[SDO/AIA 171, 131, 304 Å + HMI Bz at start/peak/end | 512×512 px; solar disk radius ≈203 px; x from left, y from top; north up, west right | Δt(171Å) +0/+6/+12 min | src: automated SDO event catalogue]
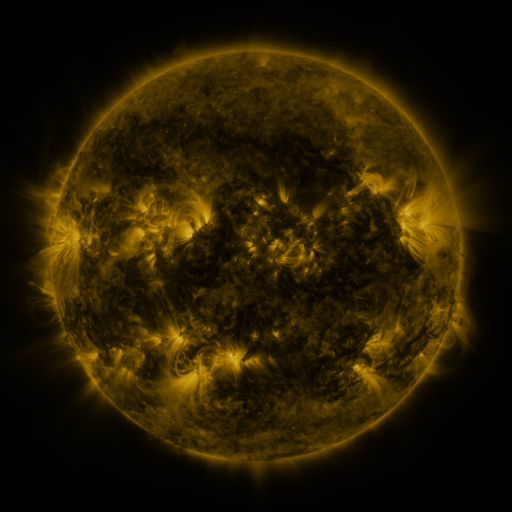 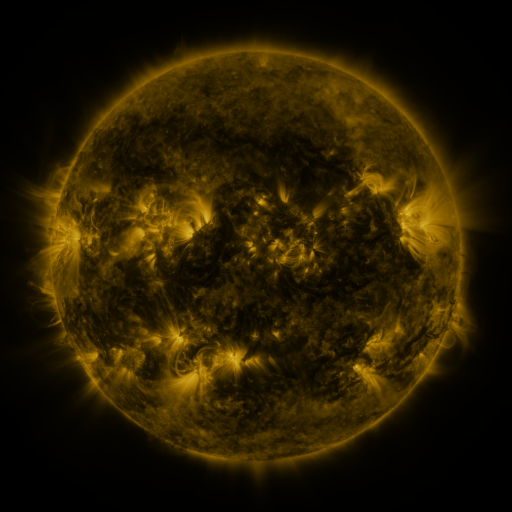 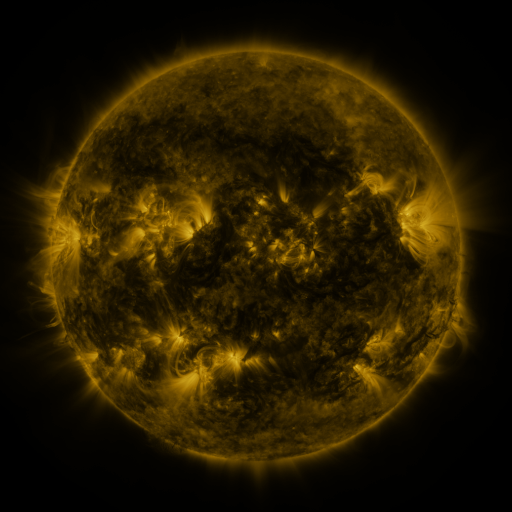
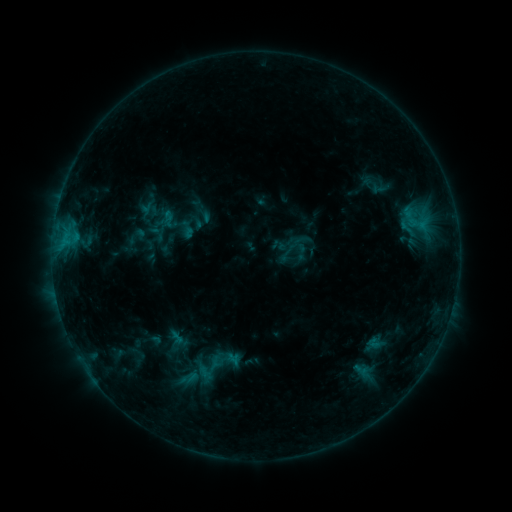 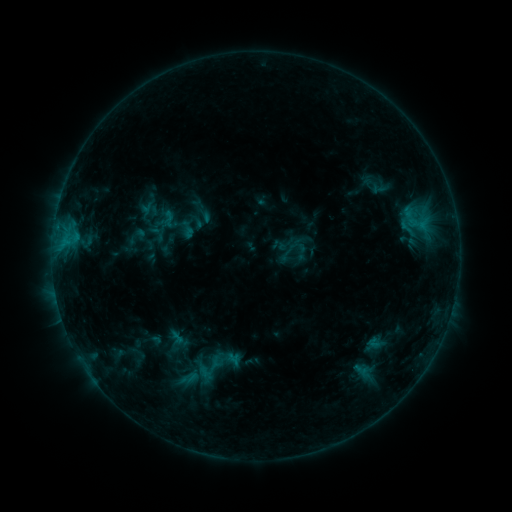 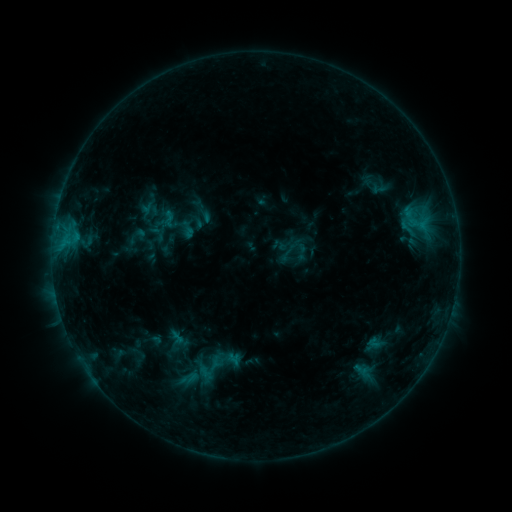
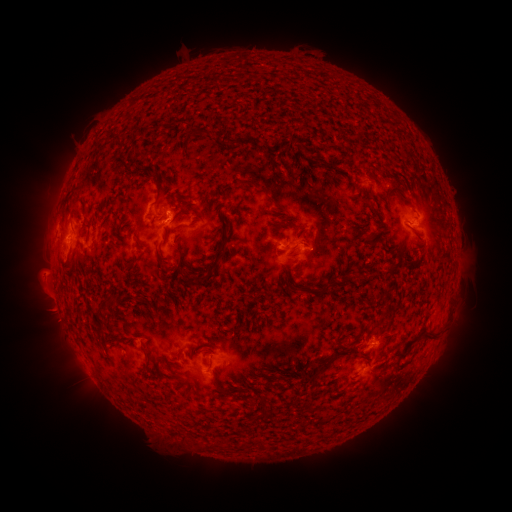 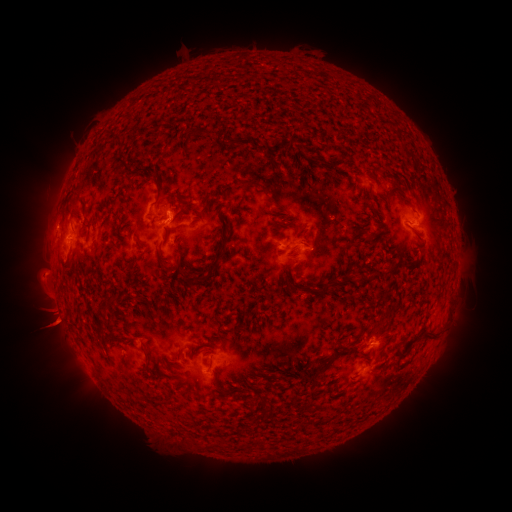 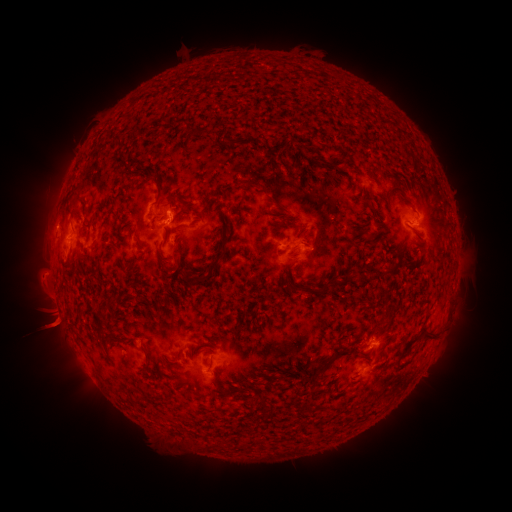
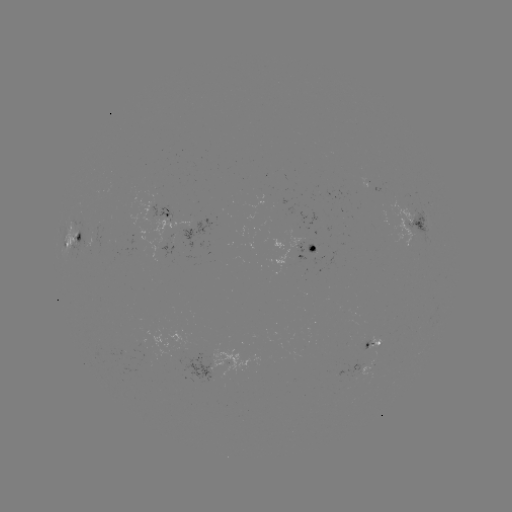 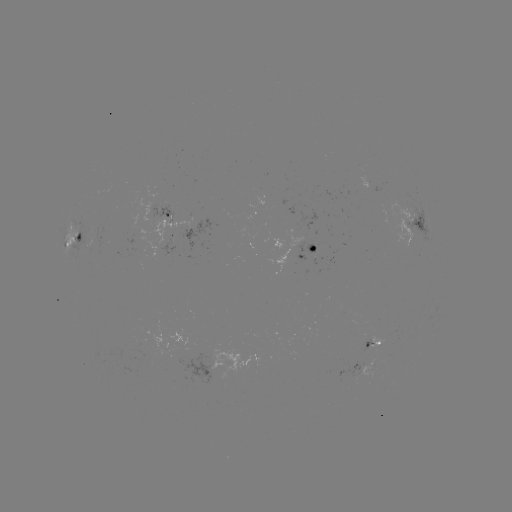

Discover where eruption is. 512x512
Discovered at [53, 321].